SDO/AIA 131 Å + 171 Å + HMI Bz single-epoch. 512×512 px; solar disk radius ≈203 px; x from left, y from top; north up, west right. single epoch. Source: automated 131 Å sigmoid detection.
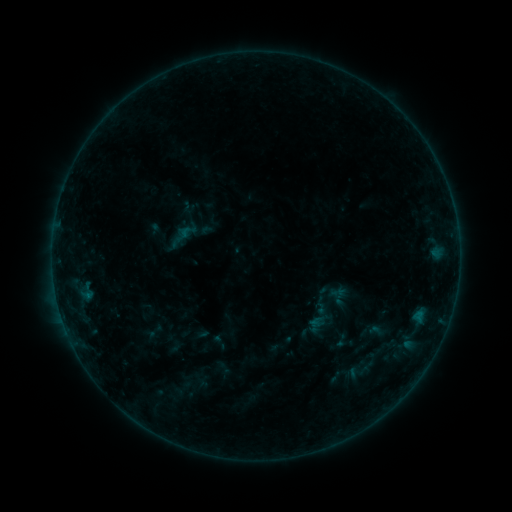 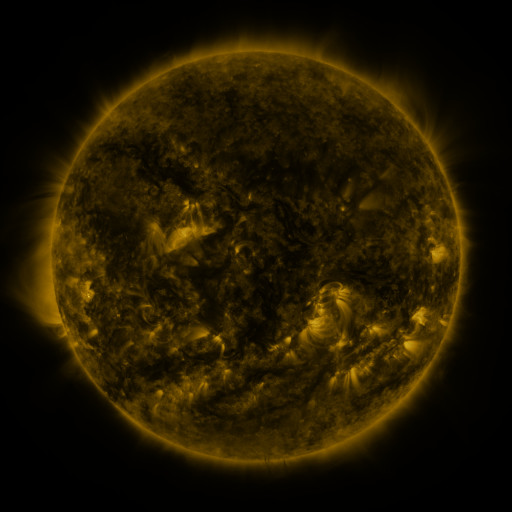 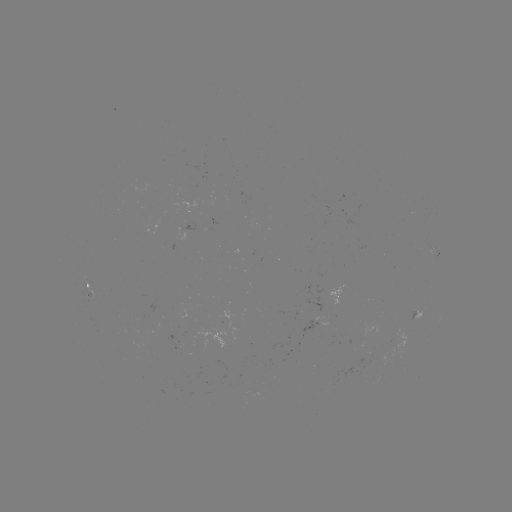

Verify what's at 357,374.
sigmoid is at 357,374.